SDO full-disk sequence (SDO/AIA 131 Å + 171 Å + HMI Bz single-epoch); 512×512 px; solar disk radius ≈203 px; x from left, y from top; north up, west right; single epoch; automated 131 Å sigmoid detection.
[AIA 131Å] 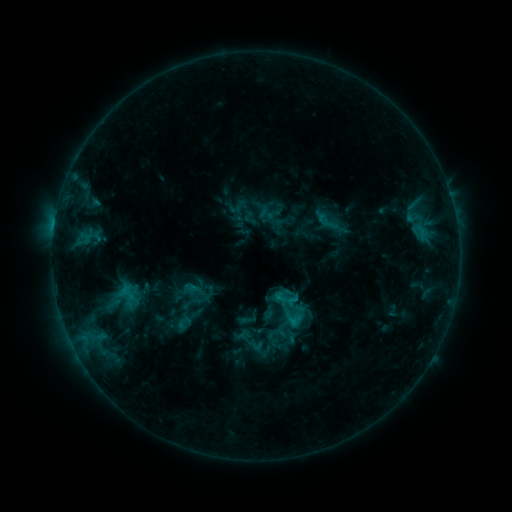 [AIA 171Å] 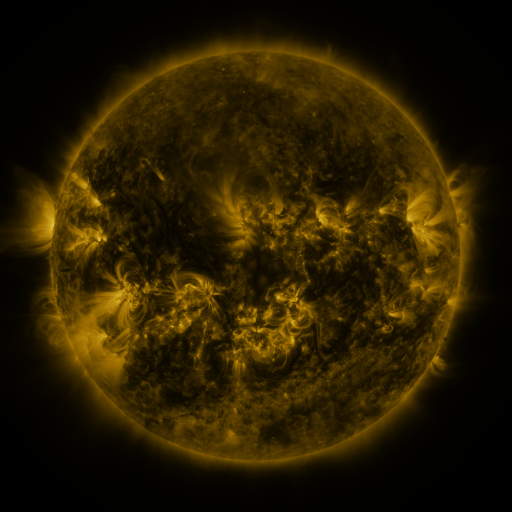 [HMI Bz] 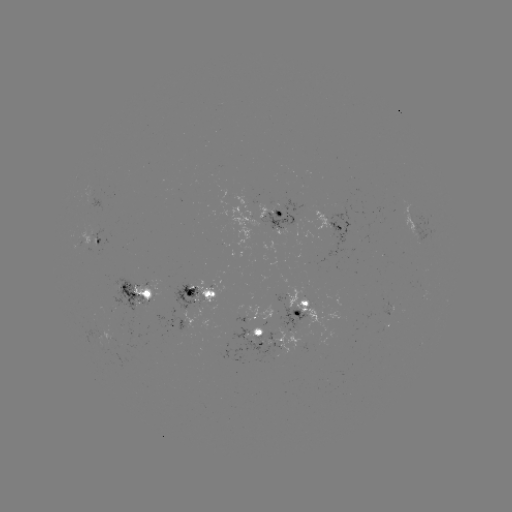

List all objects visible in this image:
sigmoid: <bbox>313, 208, 343, 234</bbox>
